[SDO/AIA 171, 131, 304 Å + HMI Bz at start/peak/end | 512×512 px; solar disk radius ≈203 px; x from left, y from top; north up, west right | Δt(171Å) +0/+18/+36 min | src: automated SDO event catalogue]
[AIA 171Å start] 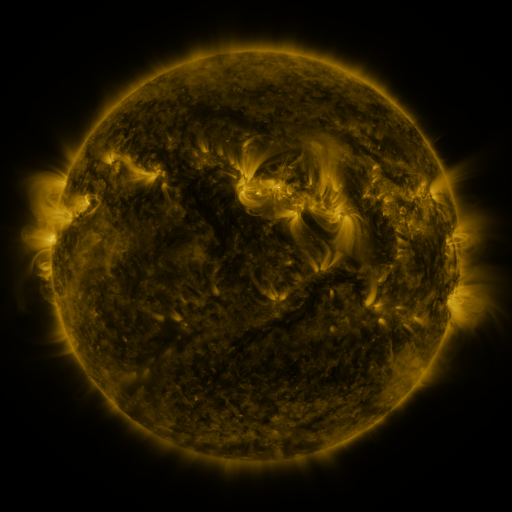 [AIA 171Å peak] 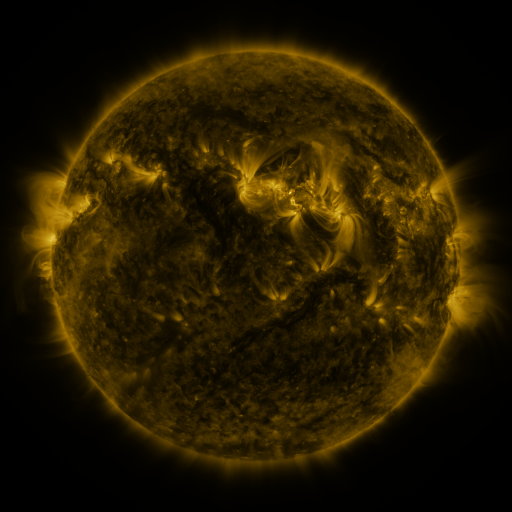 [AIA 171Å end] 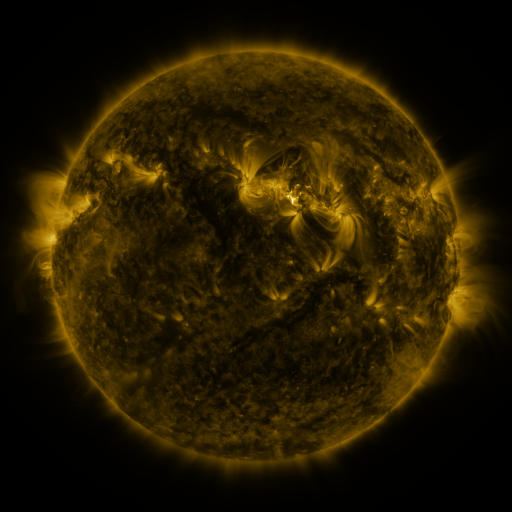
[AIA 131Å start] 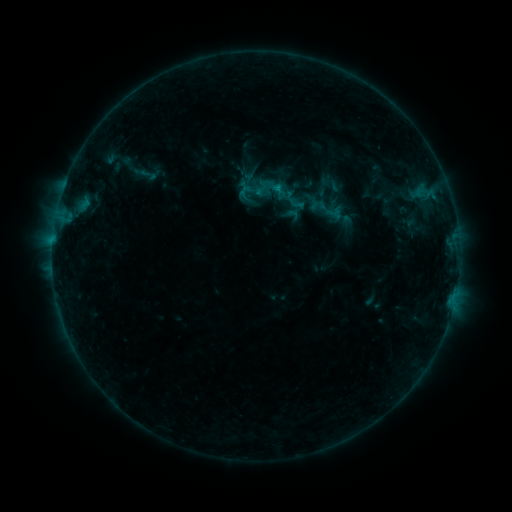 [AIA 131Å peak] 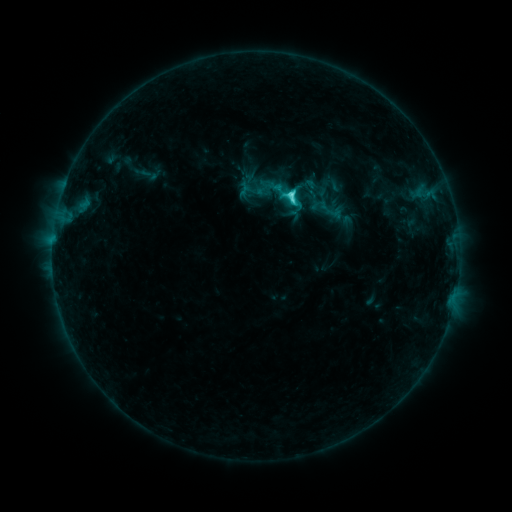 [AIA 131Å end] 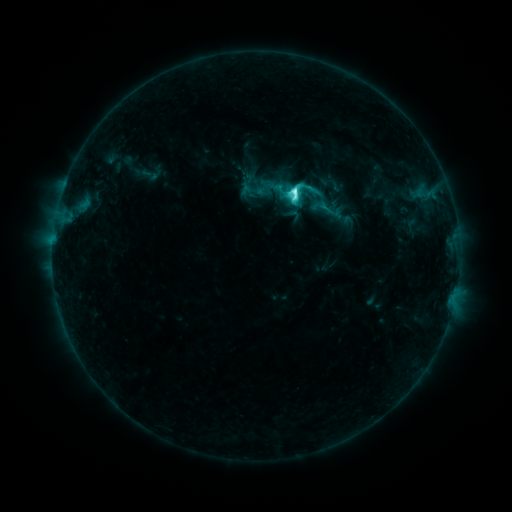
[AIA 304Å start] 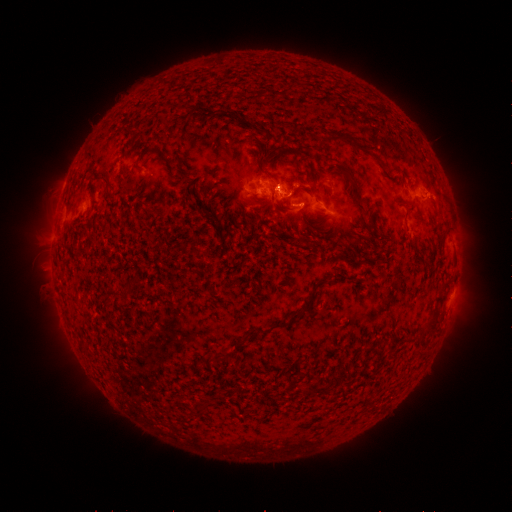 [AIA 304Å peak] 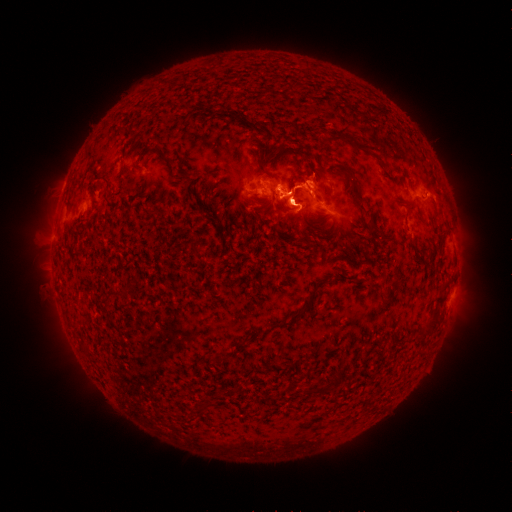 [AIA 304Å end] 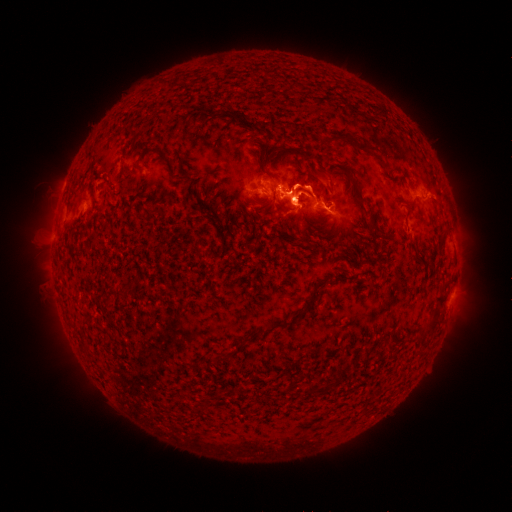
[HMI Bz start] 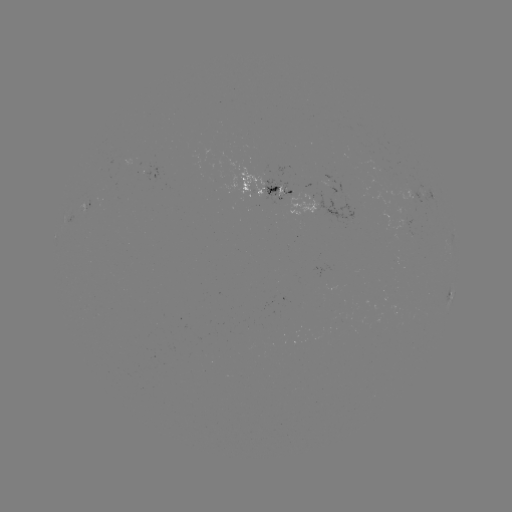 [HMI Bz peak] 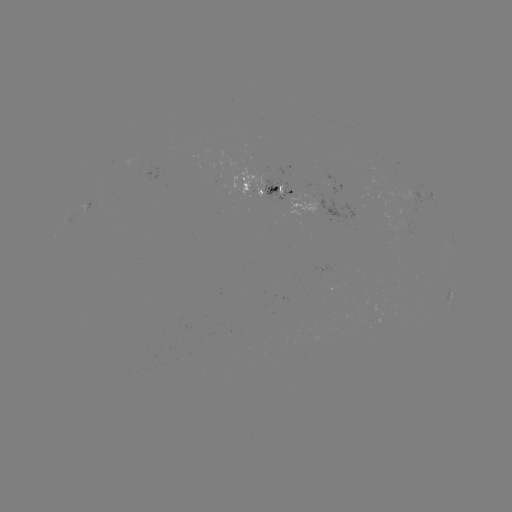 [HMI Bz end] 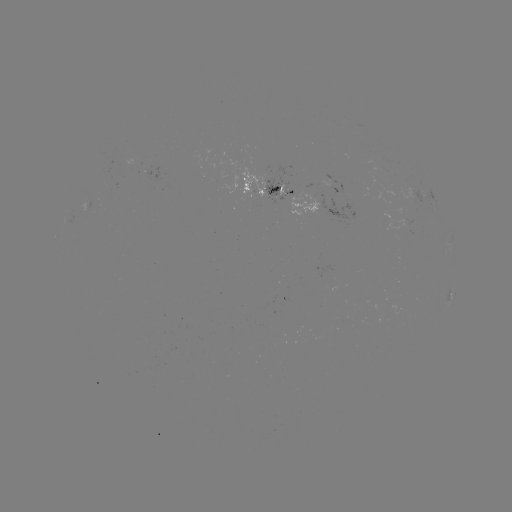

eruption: (267, 126, 354, 240)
